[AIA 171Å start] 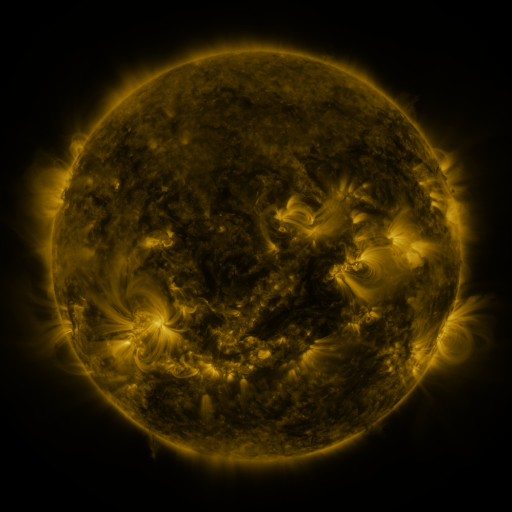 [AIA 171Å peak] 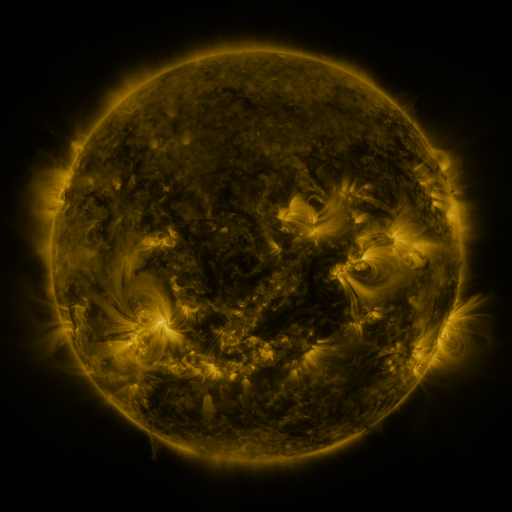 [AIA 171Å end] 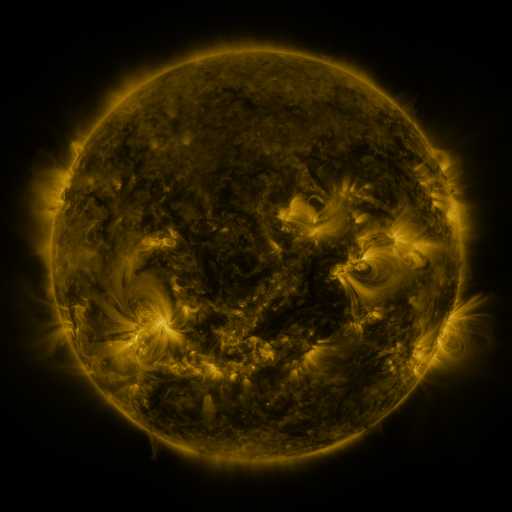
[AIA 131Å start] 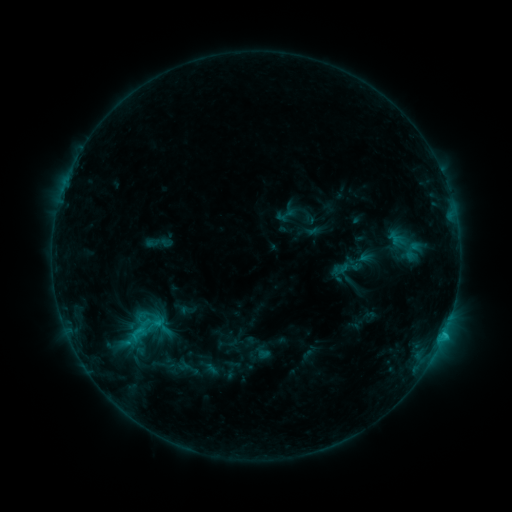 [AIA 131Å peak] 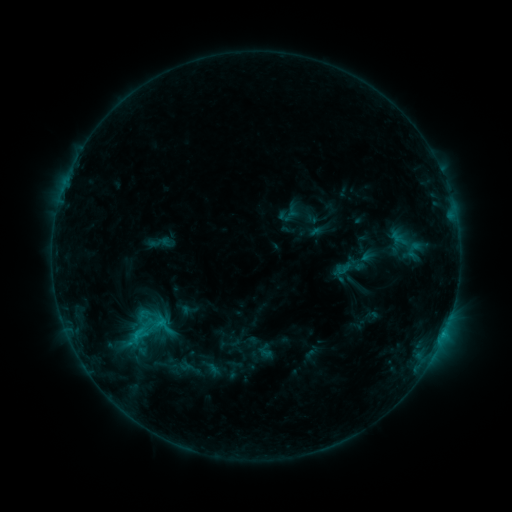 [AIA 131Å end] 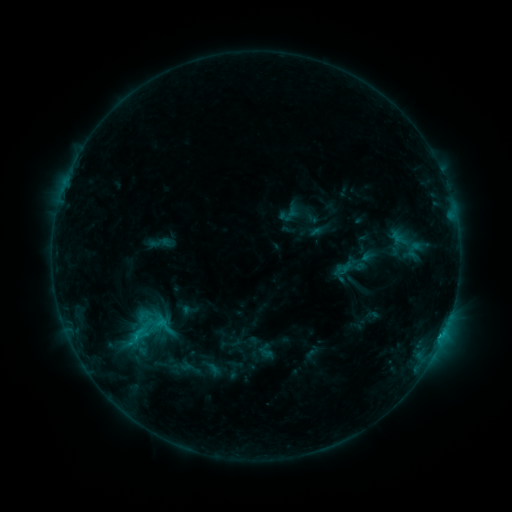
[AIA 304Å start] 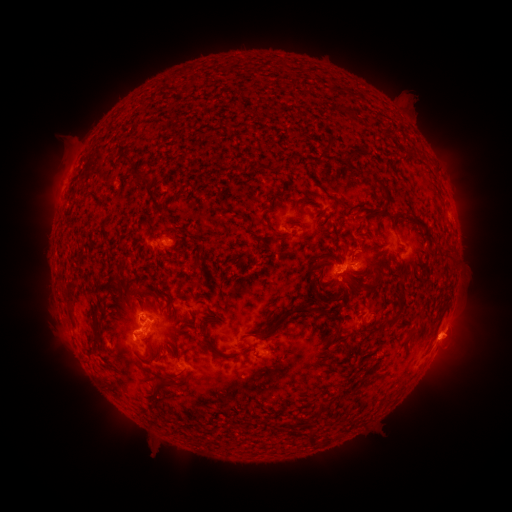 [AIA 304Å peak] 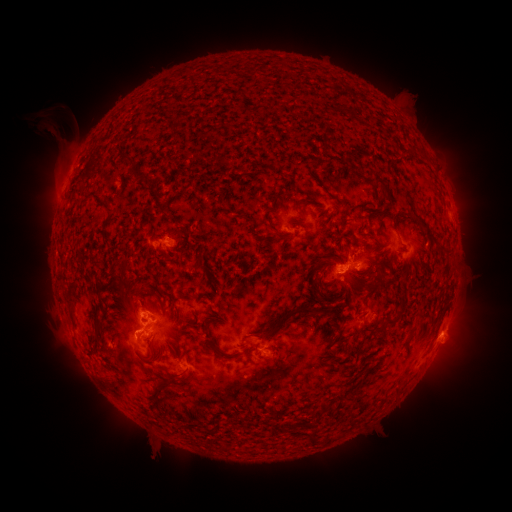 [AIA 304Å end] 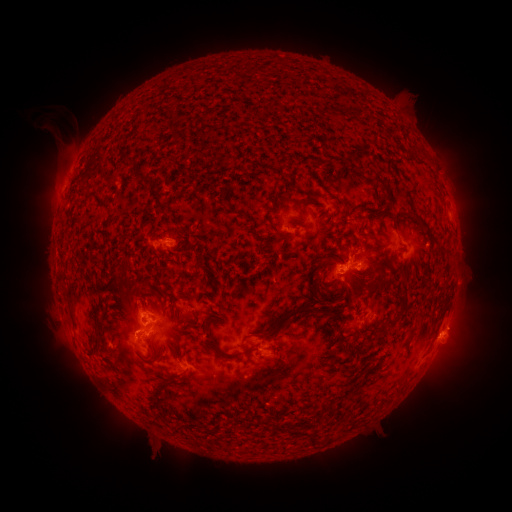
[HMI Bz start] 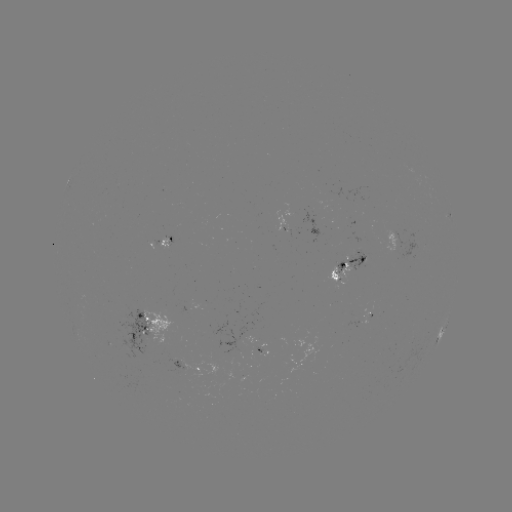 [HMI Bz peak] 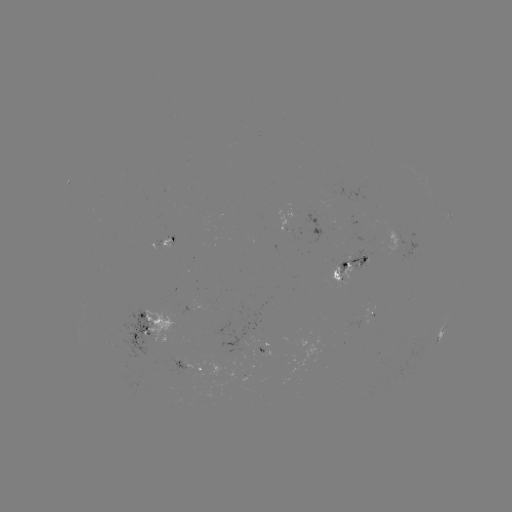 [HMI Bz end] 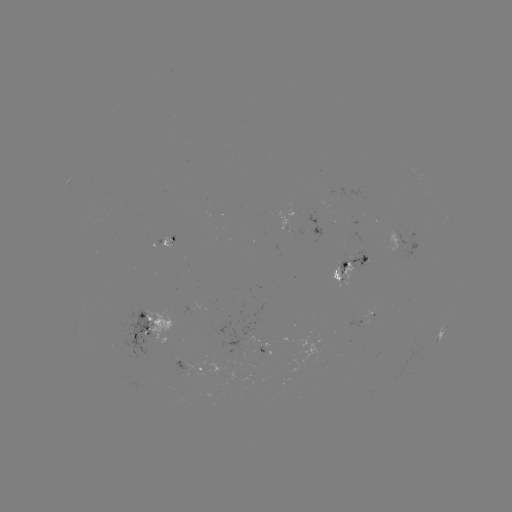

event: emerging-flux region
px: (166, 240)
